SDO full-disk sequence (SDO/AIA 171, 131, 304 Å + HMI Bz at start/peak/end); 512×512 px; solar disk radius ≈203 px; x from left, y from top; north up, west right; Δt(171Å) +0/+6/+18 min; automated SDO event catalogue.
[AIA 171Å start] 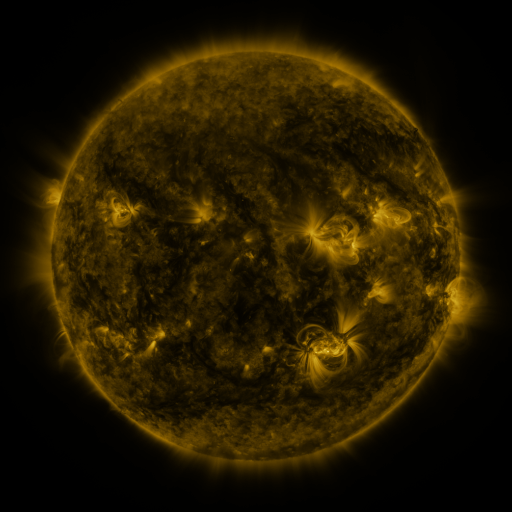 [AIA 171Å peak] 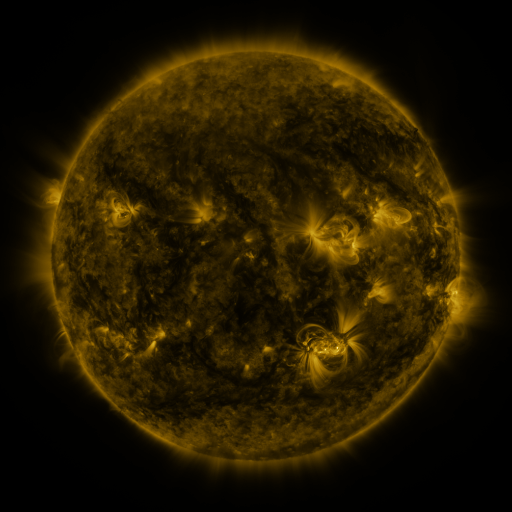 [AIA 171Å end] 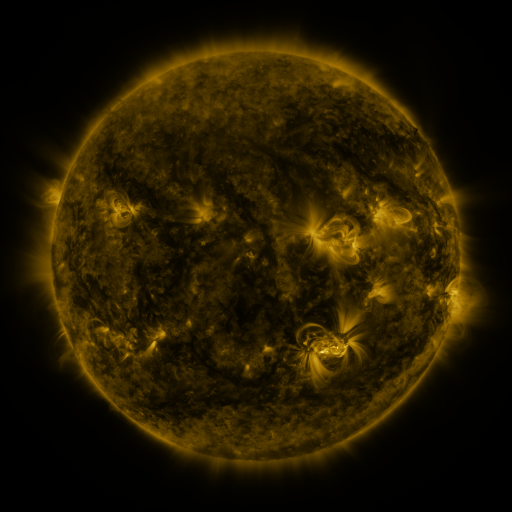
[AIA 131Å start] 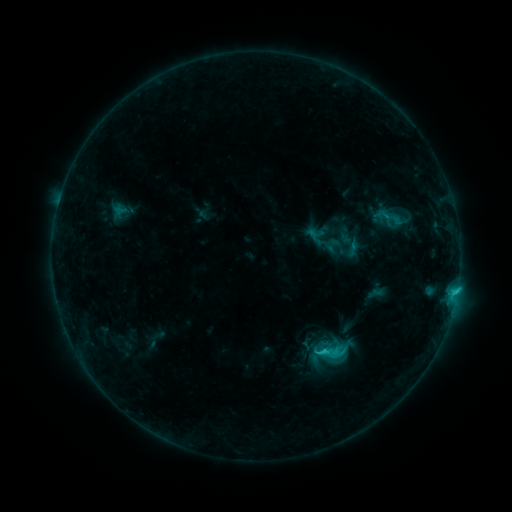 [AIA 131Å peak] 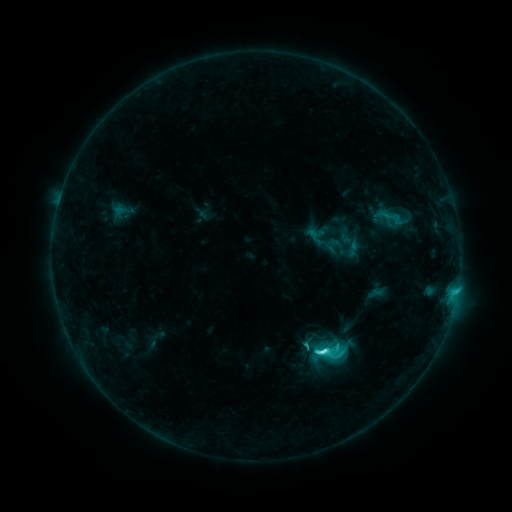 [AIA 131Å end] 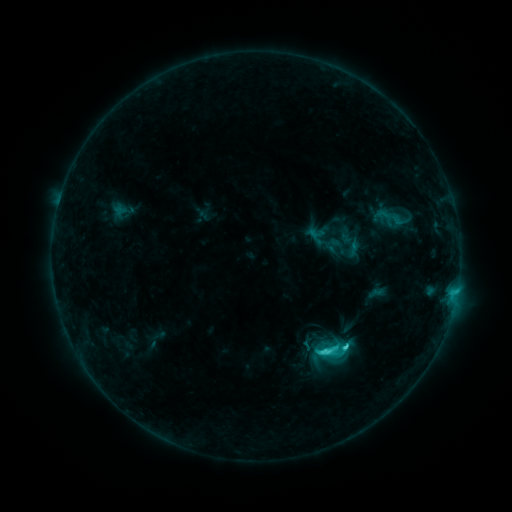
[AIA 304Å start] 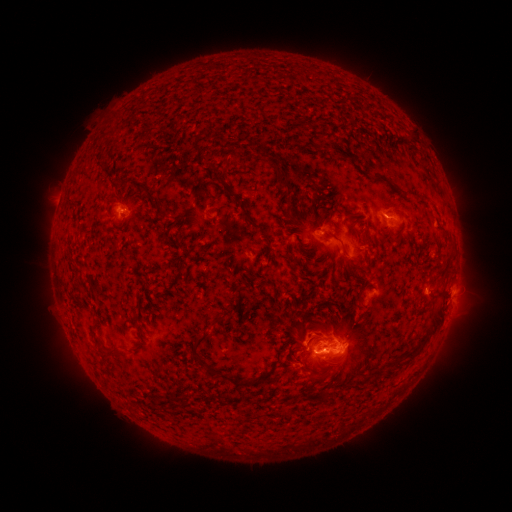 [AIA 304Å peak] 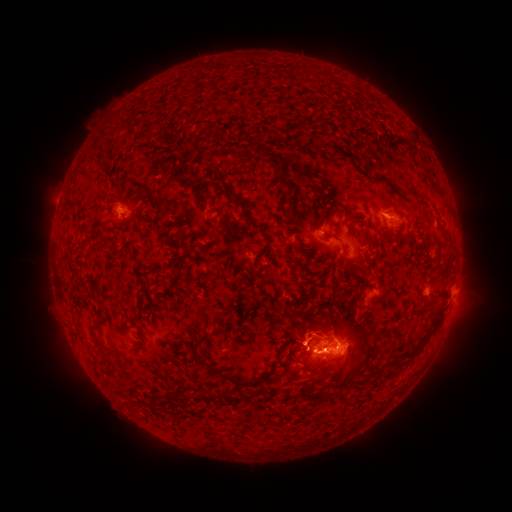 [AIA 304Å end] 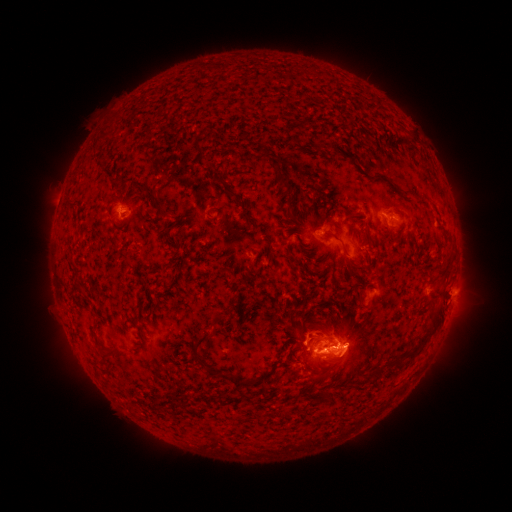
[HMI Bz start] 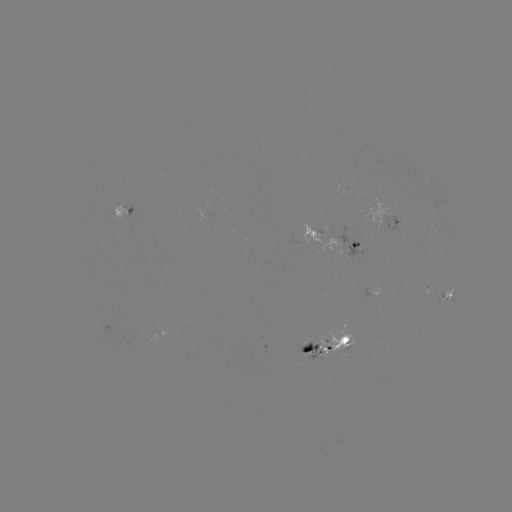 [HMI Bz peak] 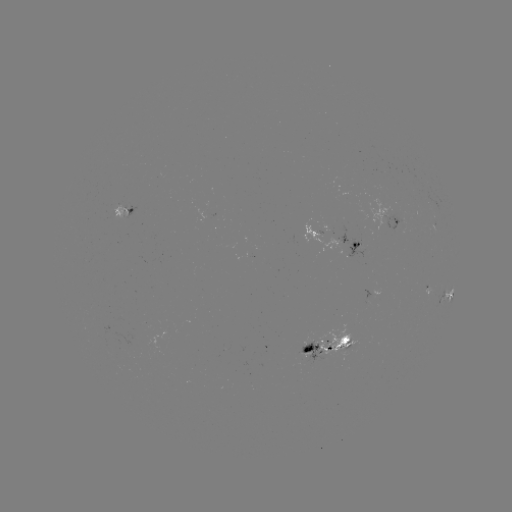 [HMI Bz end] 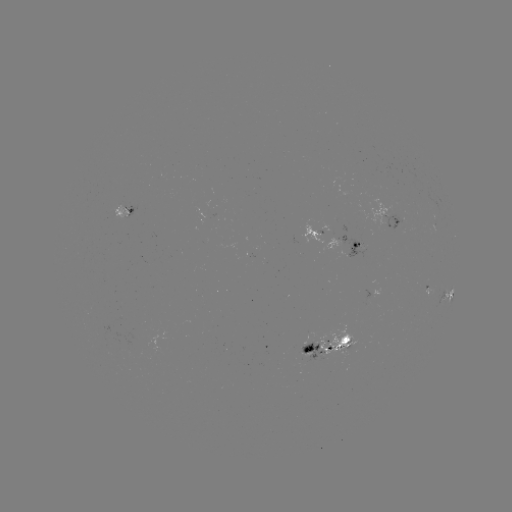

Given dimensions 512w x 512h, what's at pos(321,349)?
C5.4 flare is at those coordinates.